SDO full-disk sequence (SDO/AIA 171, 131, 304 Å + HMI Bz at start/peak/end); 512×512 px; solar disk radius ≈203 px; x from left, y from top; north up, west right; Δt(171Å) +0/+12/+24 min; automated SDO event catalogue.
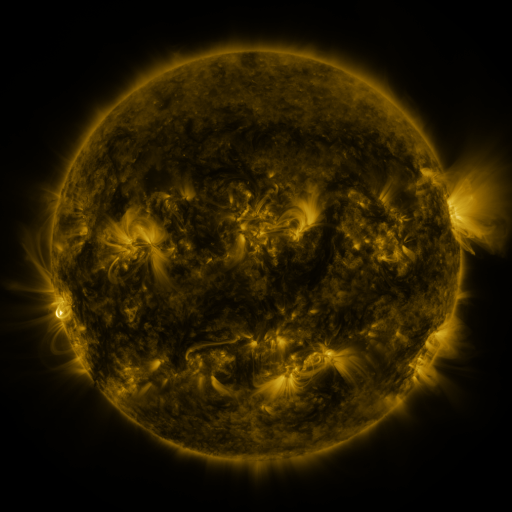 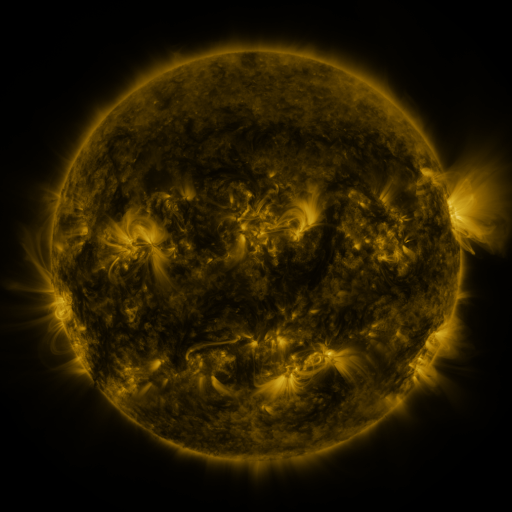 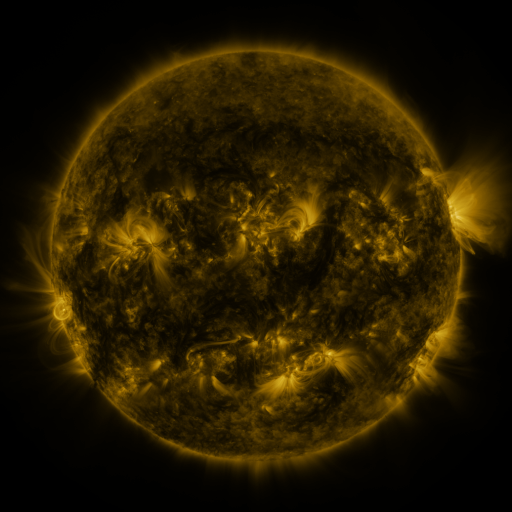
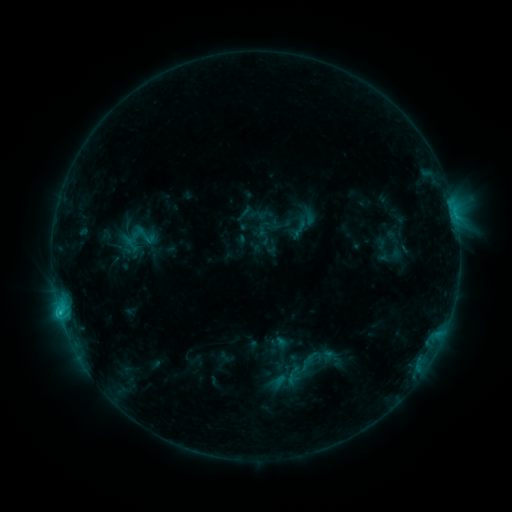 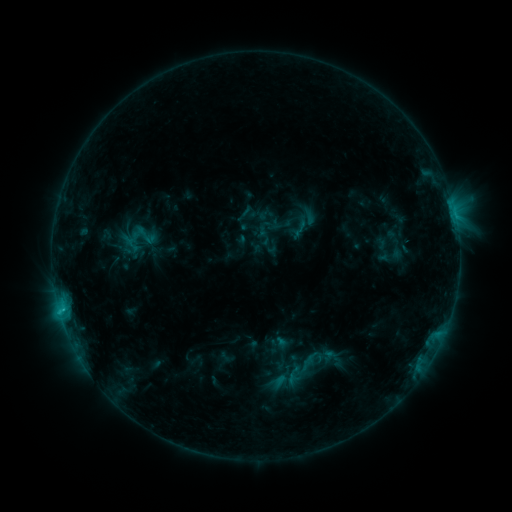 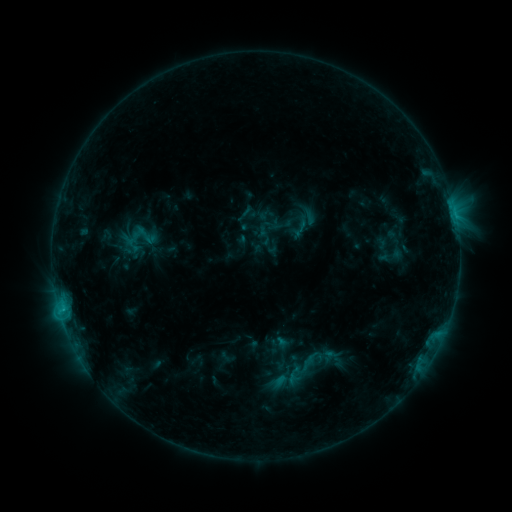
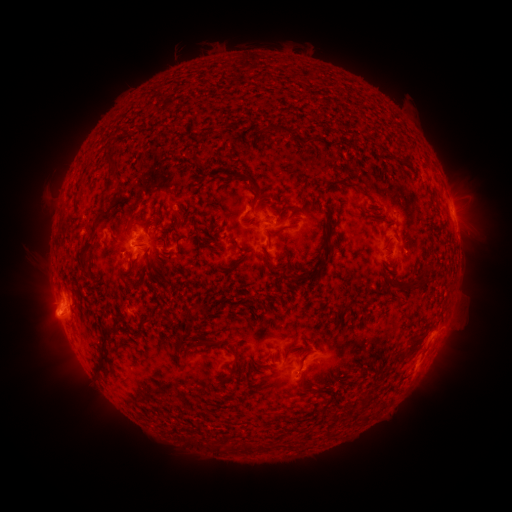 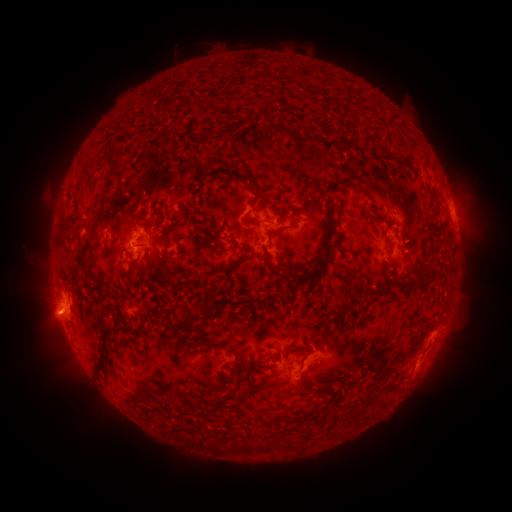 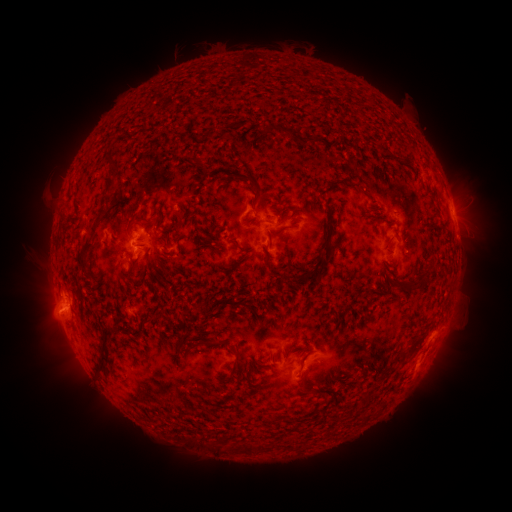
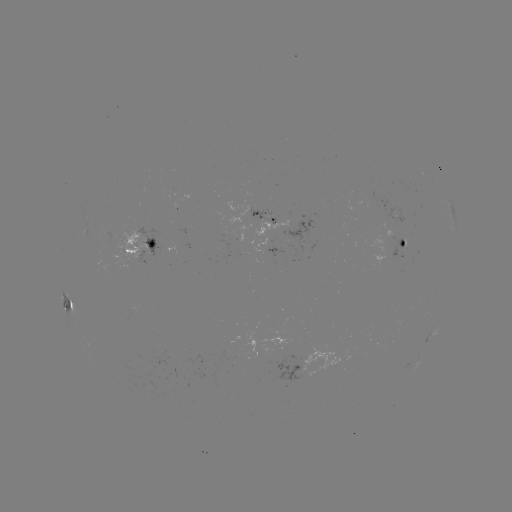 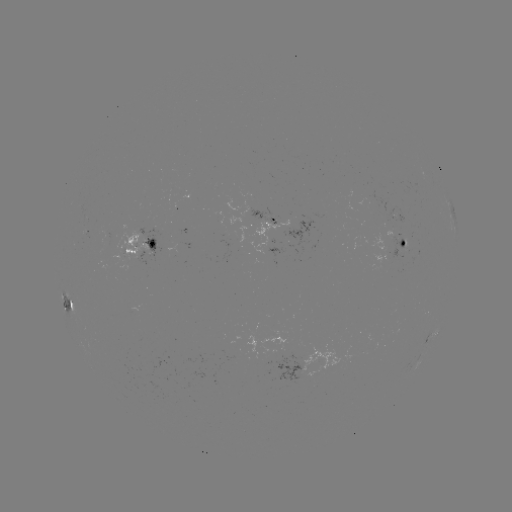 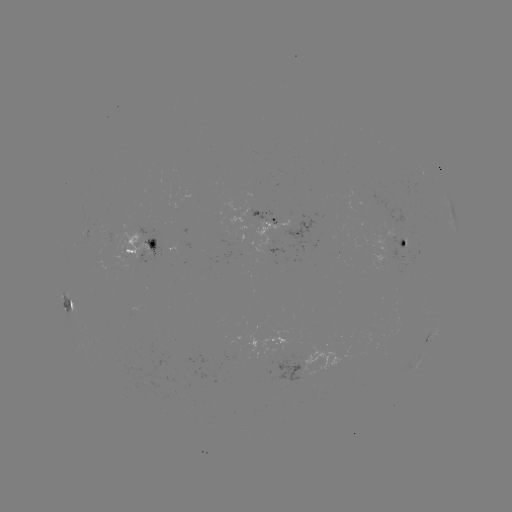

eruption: (26, 300, 78, 339)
